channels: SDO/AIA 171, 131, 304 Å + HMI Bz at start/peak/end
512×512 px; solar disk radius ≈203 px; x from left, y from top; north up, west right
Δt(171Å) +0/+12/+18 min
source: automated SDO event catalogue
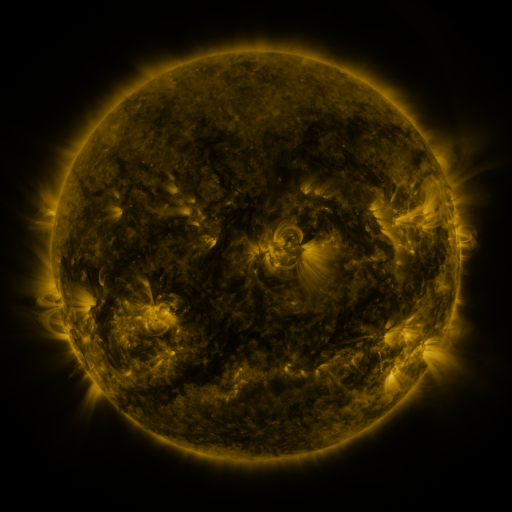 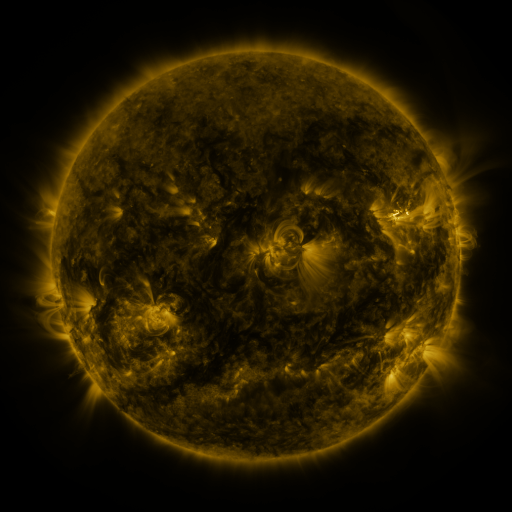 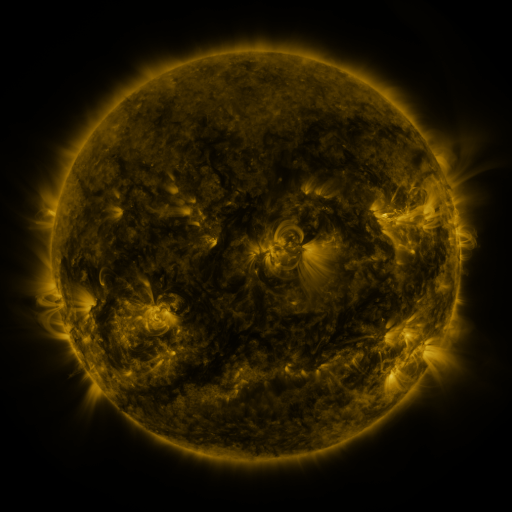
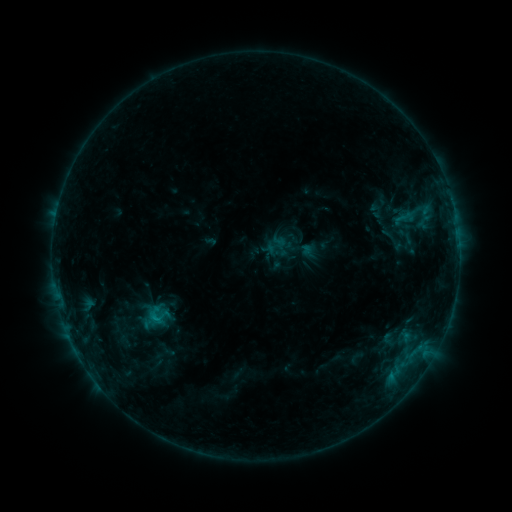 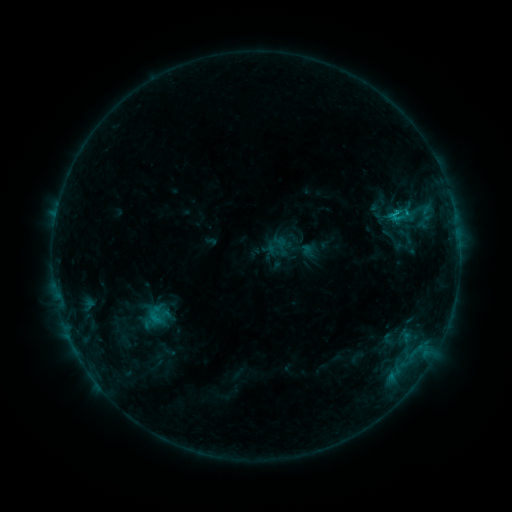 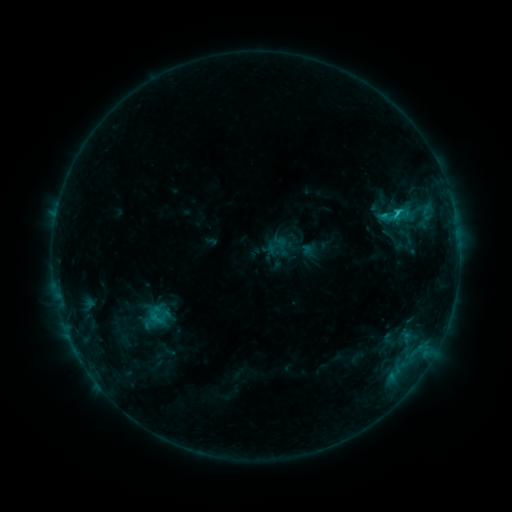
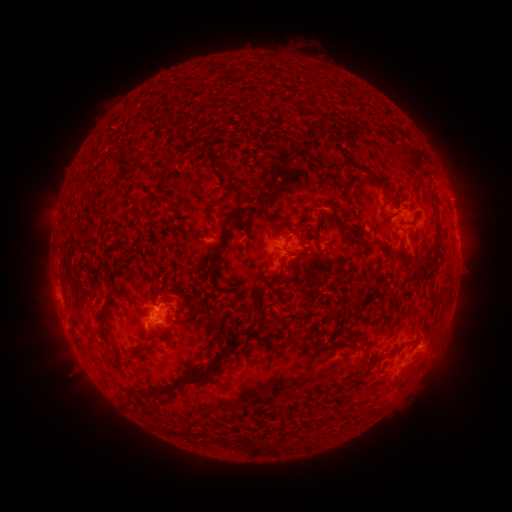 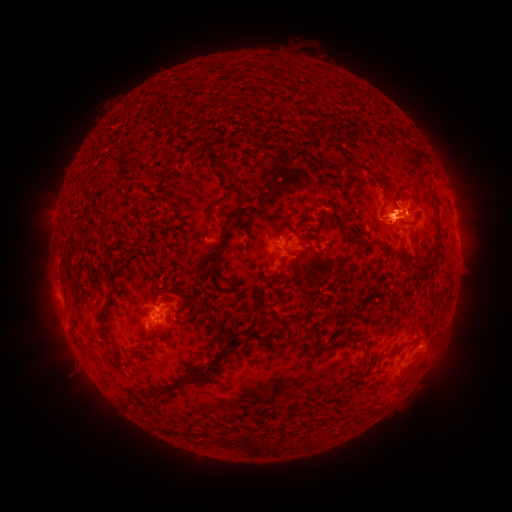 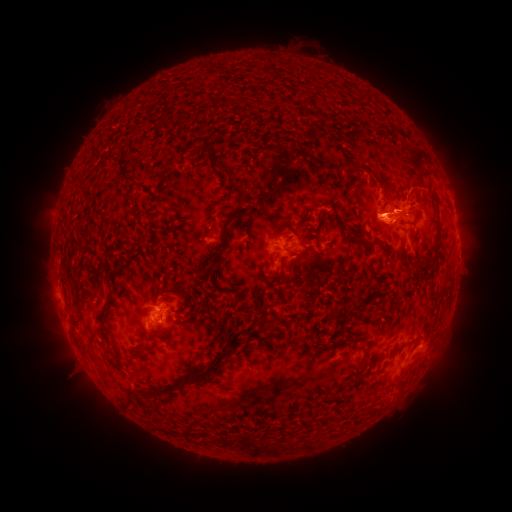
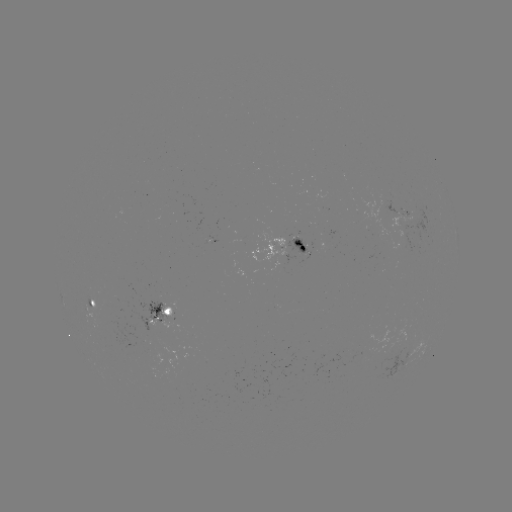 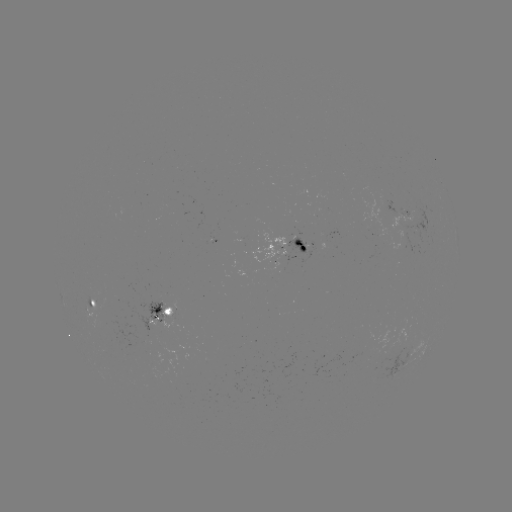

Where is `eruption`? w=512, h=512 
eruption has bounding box [330, 162, 508, 245].